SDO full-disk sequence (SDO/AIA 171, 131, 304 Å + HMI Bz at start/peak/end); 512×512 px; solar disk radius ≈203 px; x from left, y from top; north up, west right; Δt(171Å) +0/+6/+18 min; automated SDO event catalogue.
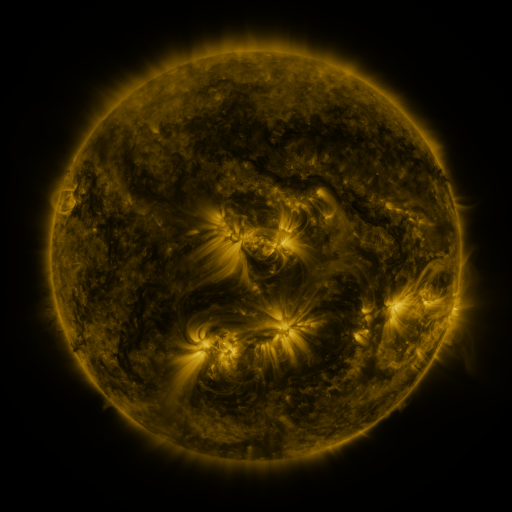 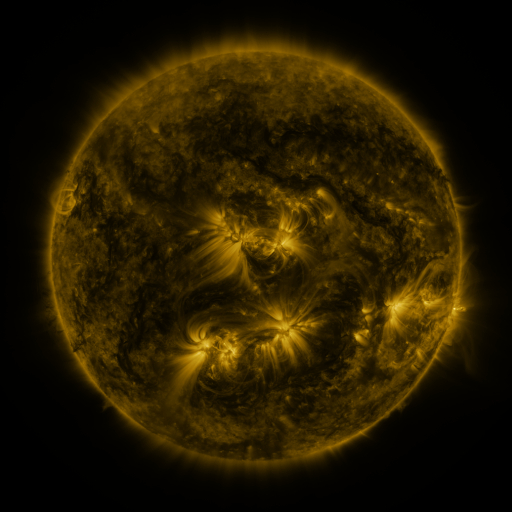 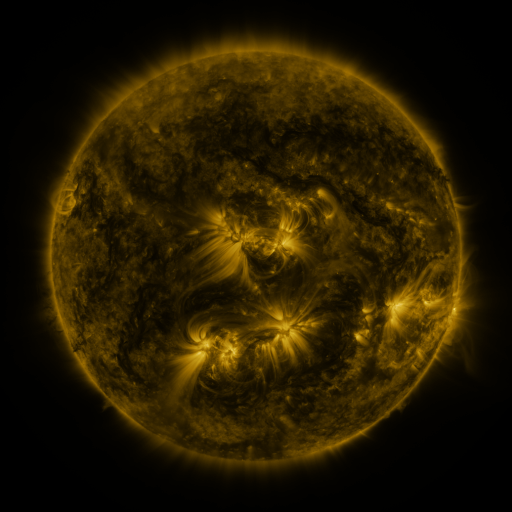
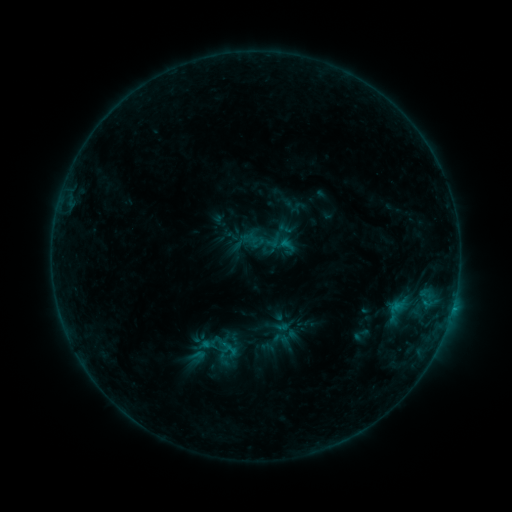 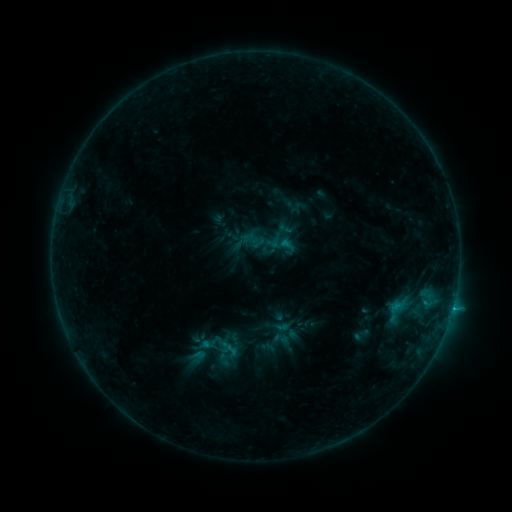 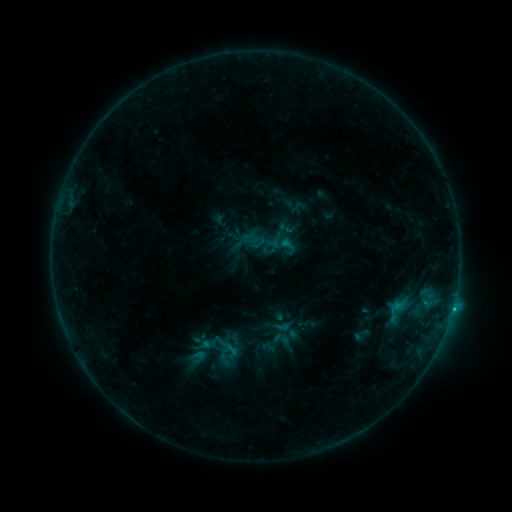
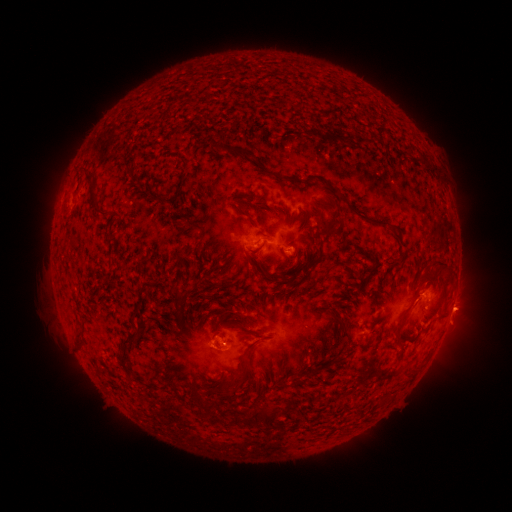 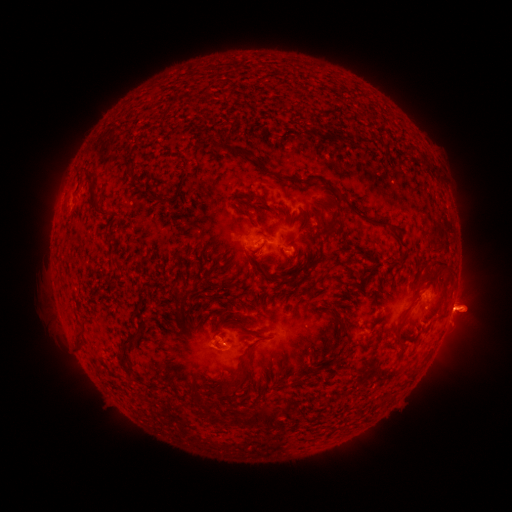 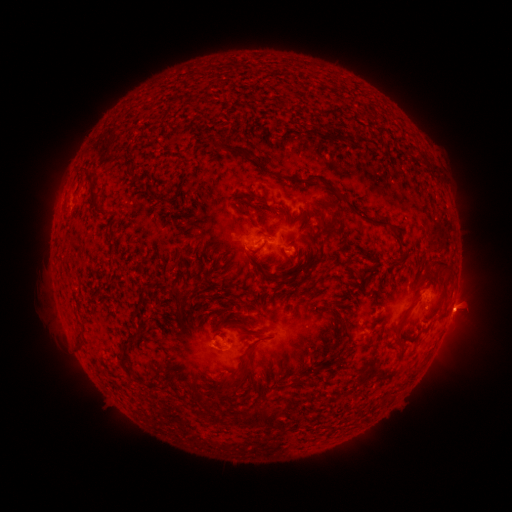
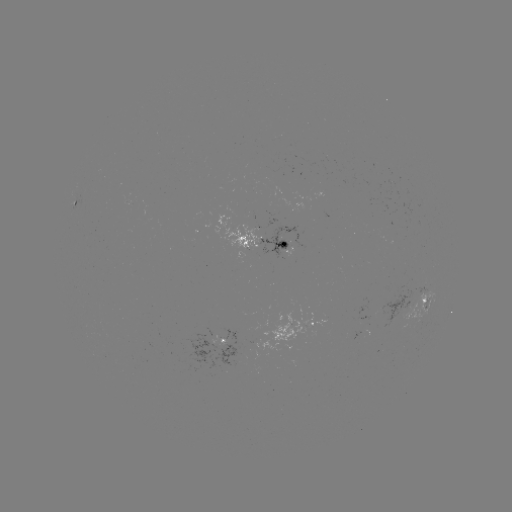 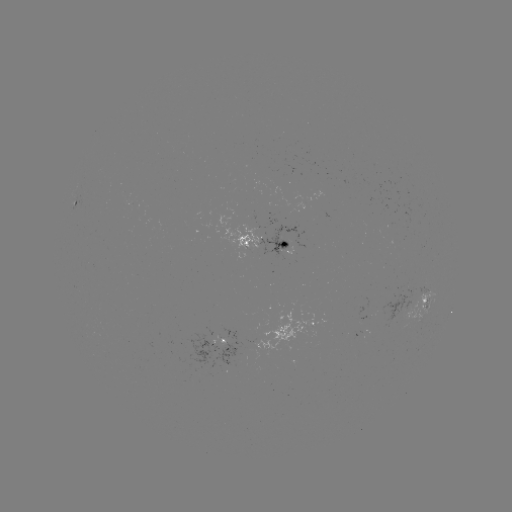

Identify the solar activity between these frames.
B9.3 flare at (232, 349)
